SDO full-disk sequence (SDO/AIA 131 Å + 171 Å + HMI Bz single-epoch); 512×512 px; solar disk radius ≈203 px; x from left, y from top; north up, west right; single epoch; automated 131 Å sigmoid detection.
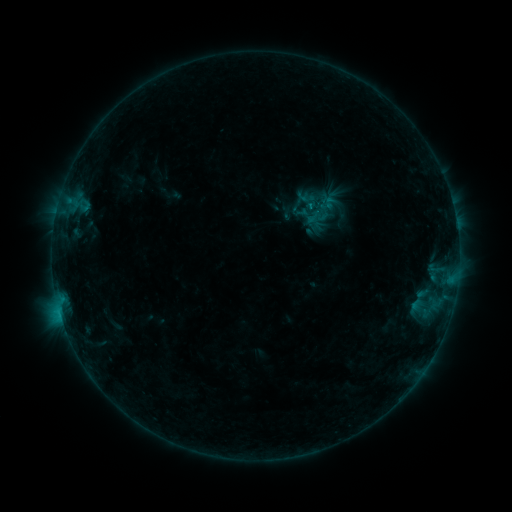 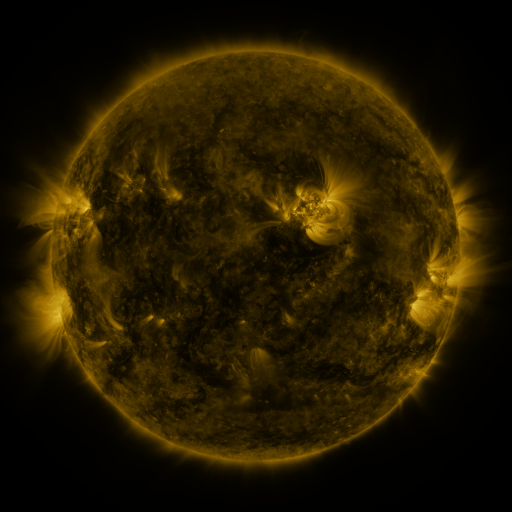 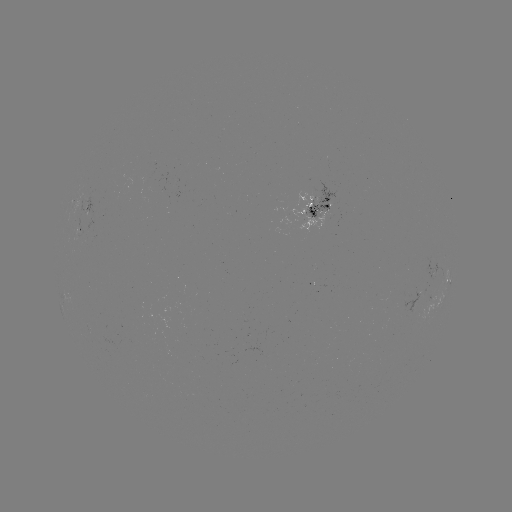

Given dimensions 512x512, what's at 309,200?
sigmoid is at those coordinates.